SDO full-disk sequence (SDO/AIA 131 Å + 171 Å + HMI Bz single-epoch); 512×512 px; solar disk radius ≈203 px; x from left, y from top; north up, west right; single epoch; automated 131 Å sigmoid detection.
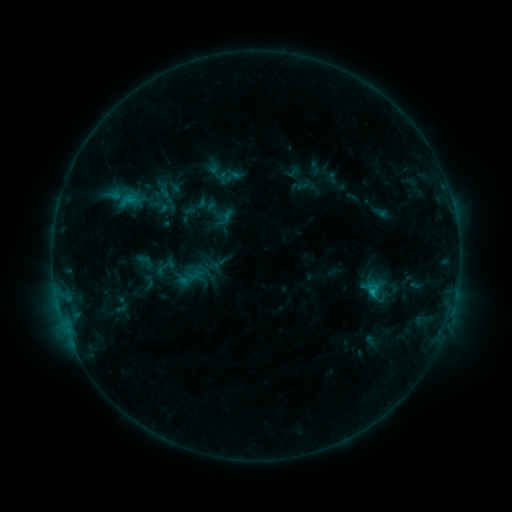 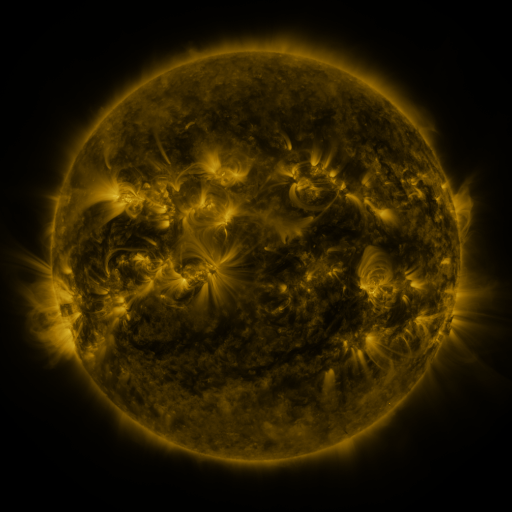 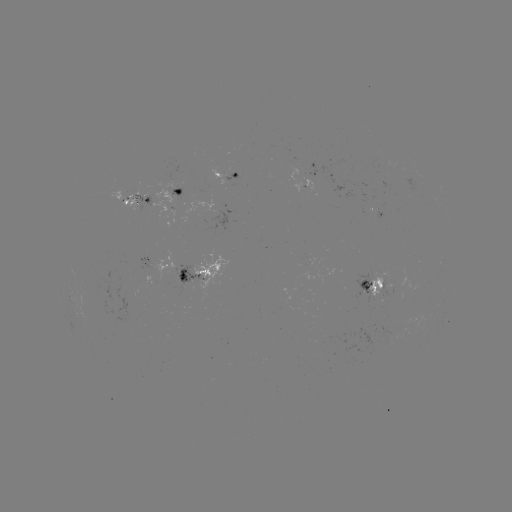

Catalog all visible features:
sigmoid: (225, 218)
